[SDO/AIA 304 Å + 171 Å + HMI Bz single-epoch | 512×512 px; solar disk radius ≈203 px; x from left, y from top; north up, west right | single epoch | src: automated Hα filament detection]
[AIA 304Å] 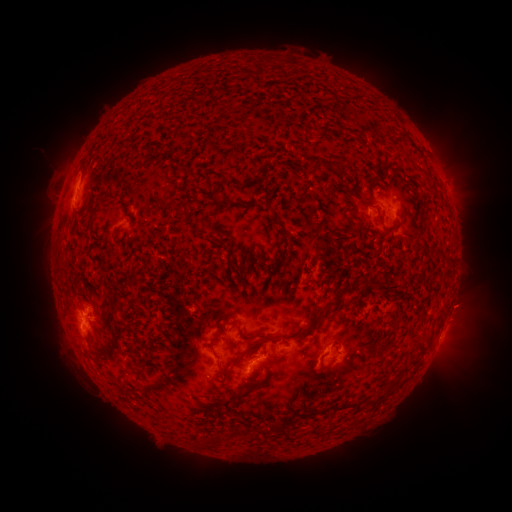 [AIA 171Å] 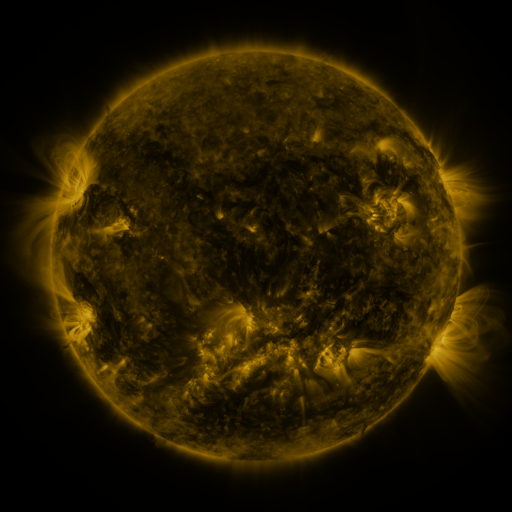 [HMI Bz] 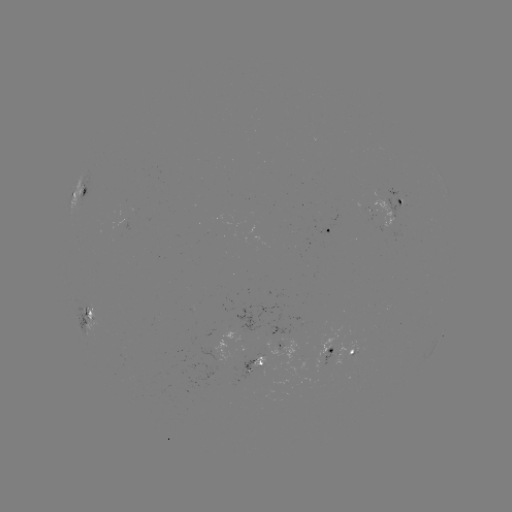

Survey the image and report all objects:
filament: <bbox>312, 161, 322, 175</bbox>
filament: <bbox>80, 185, 88, 197</bbox>
filament: <bbox>182, 204, 190, 213</bbox>
filament: <bbox>382, 223, 402, 235</bbox>
filament: <bbox>279, 300, 336, 340</bbox>
filament: <bbox>253, 331, 277, 343</bbox>
filament: <bbox>109, 340, 119, 349</bbox>
filament: <bbox>233, 350, 244, 364</bbox>
filament: <bbox>133, 366, 141, 377</bbox>
filament: <bbox>374, 394, 385, 403</bbox>
filament: <bbox>270, 422, 280, 432</bbox>
